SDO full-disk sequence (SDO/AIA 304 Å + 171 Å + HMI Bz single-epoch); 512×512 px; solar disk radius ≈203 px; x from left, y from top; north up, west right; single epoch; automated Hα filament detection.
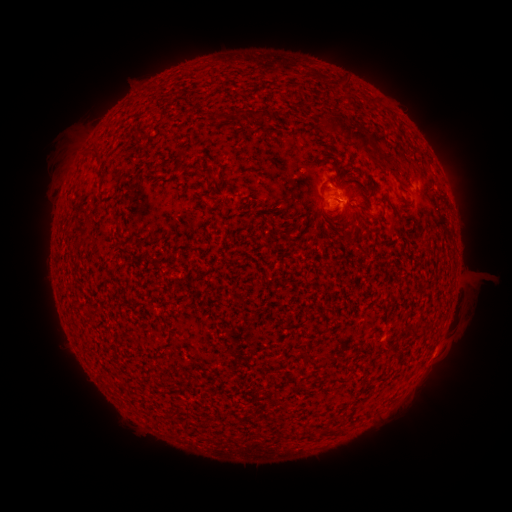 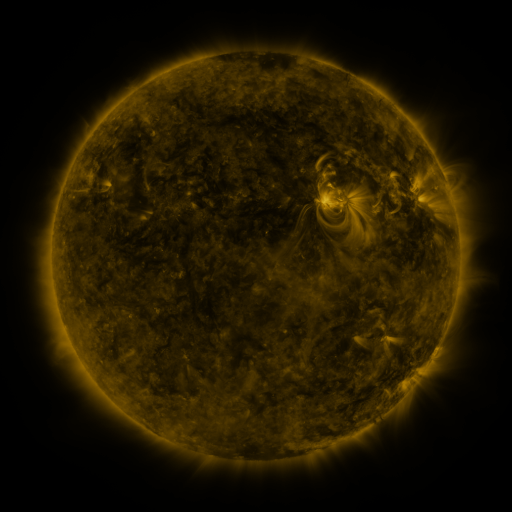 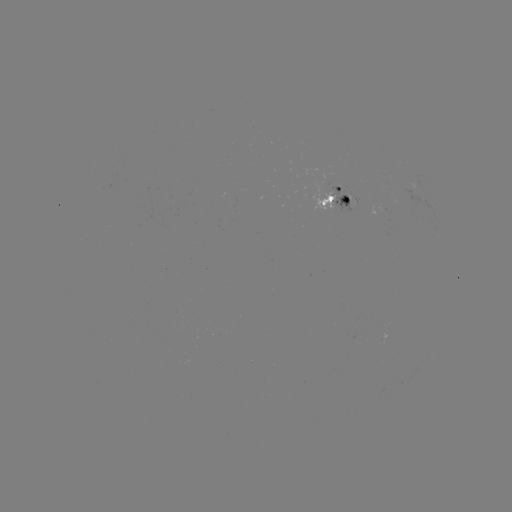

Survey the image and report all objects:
filament: (260, 114)
filament: (347, 133)
filament: (97, 160)
filament: (198, 165)
filament: (347, 179)
filament: (345, 236)
